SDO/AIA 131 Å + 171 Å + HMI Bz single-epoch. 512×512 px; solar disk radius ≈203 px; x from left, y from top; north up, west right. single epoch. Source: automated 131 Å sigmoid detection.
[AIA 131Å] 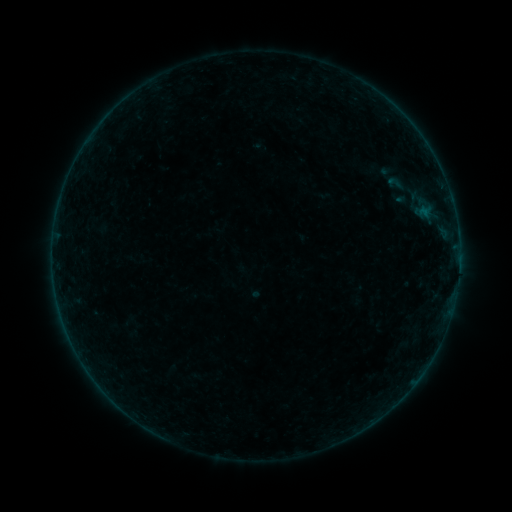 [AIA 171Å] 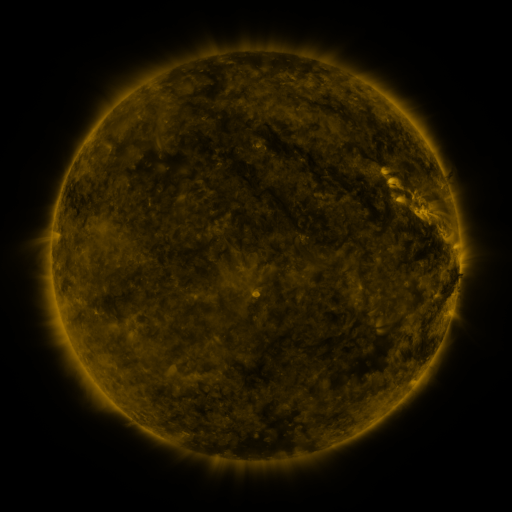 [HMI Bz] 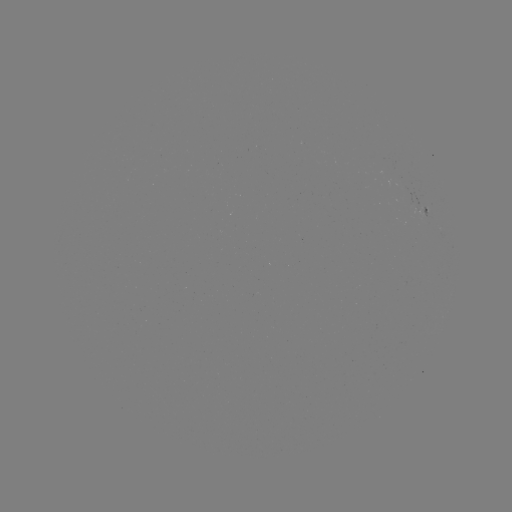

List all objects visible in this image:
sigmoid: <bbox>380, 174, 409, 192</bbox>
